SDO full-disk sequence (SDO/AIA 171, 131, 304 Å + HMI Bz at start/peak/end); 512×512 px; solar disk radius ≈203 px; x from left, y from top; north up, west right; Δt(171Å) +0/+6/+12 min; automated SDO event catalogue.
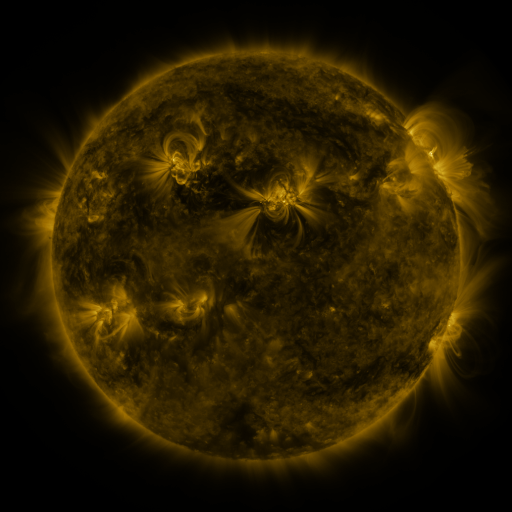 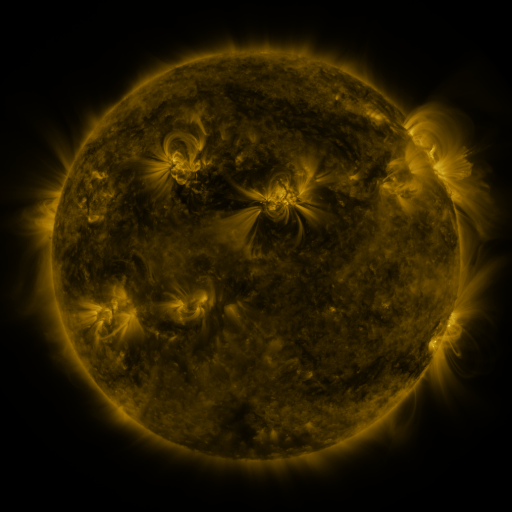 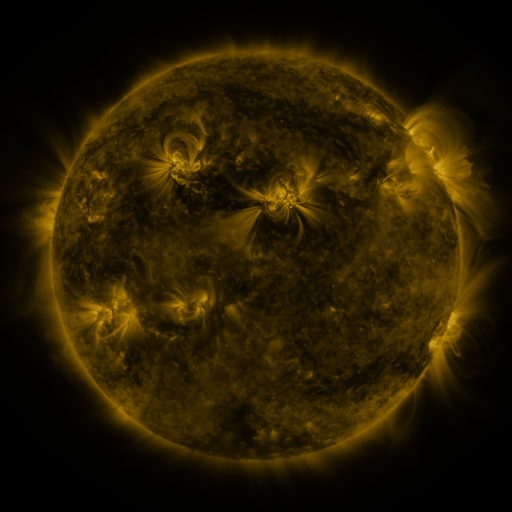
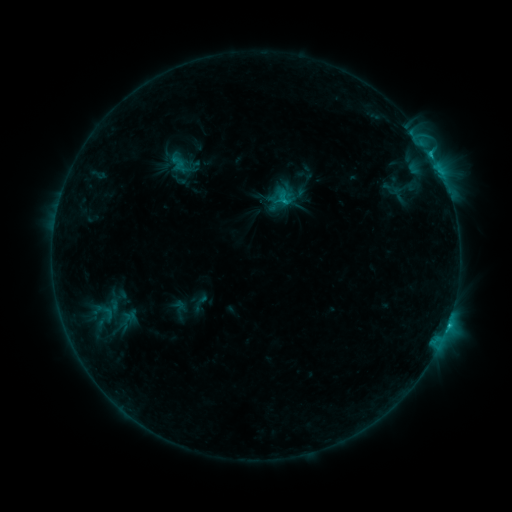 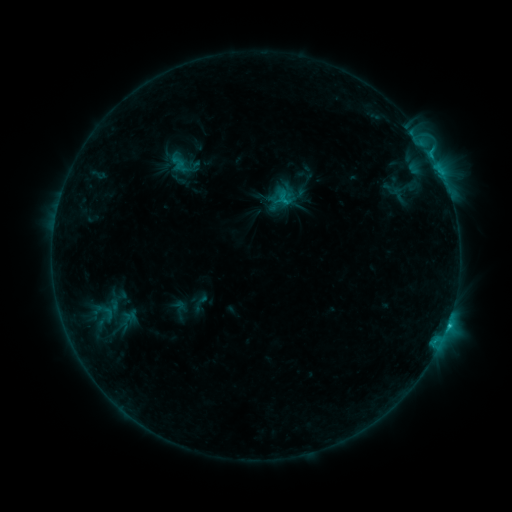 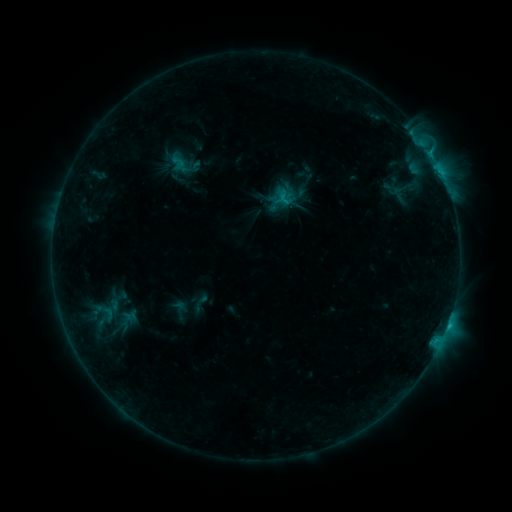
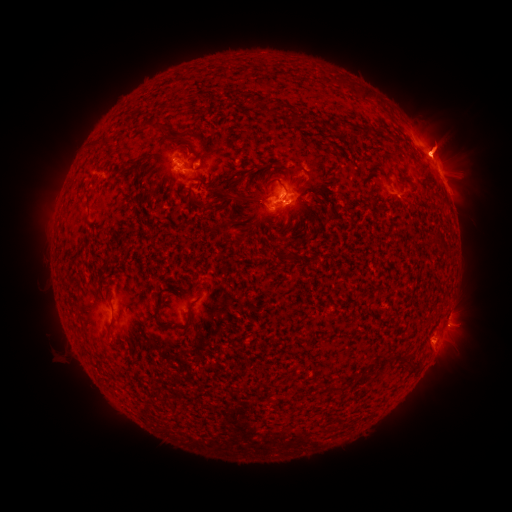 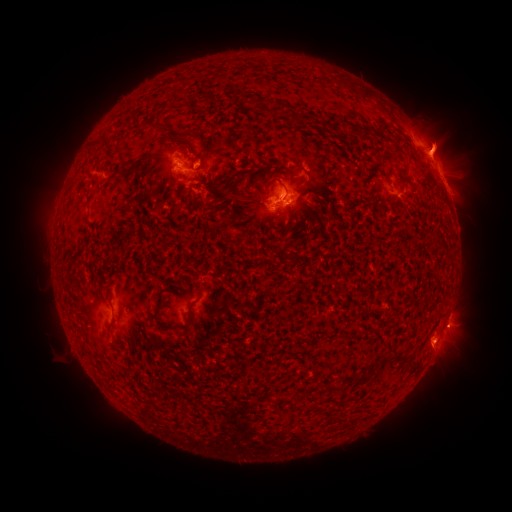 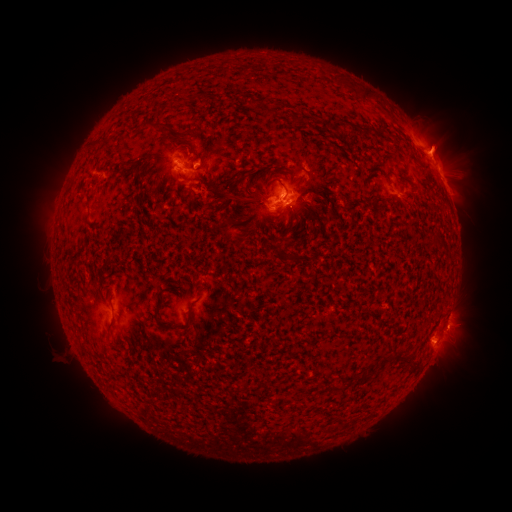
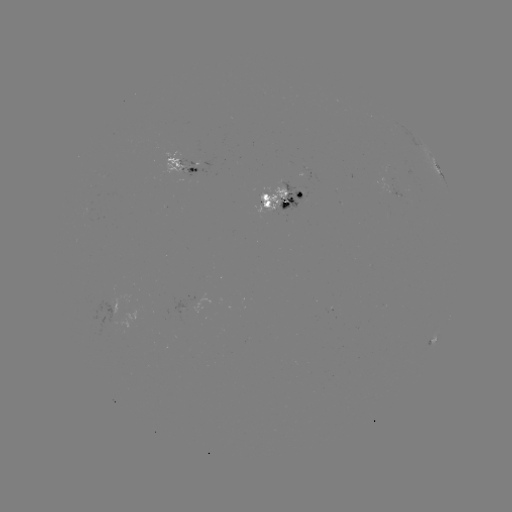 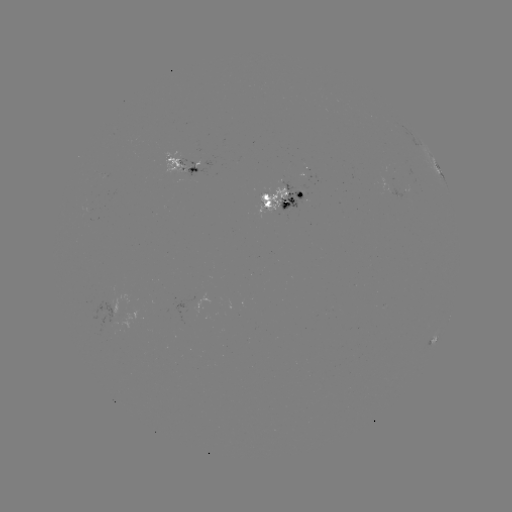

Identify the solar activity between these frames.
eruption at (462, 328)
